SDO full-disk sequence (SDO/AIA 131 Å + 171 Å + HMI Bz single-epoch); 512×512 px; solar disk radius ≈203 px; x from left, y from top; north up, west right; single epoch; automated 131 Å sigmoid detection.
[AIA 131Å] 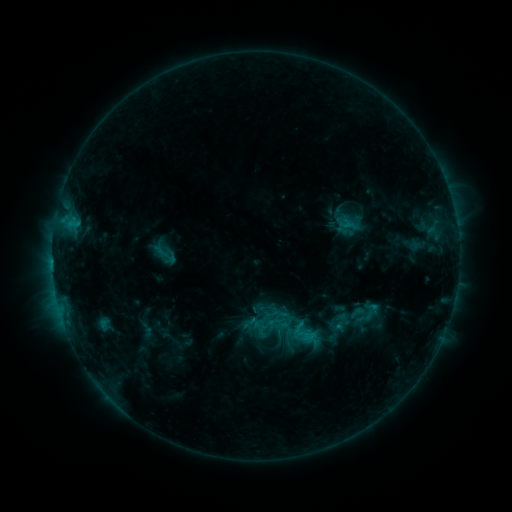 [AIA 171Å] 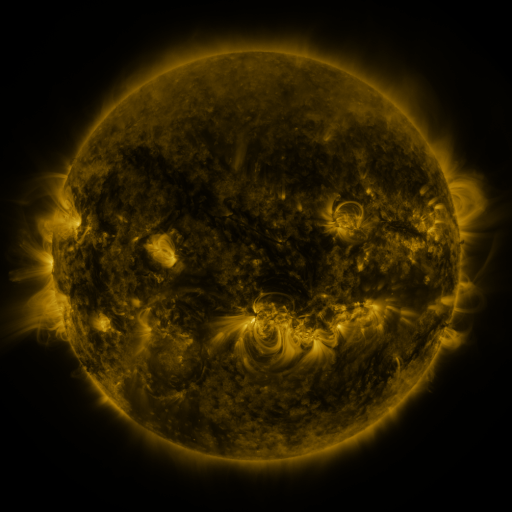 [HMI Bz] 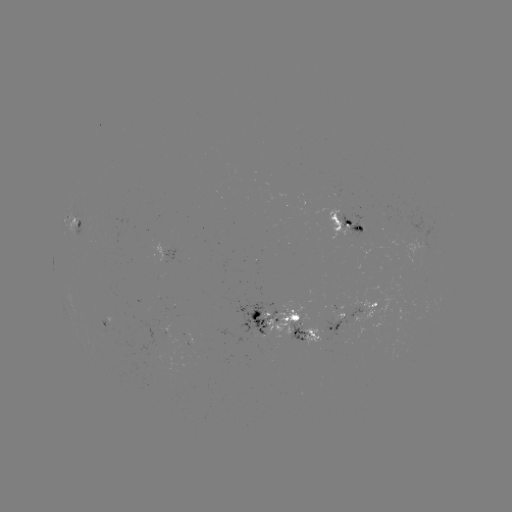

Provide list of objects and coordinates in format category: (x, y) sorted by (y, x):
sigmoid: (165, 253)
sigmoid: (358, 313)
